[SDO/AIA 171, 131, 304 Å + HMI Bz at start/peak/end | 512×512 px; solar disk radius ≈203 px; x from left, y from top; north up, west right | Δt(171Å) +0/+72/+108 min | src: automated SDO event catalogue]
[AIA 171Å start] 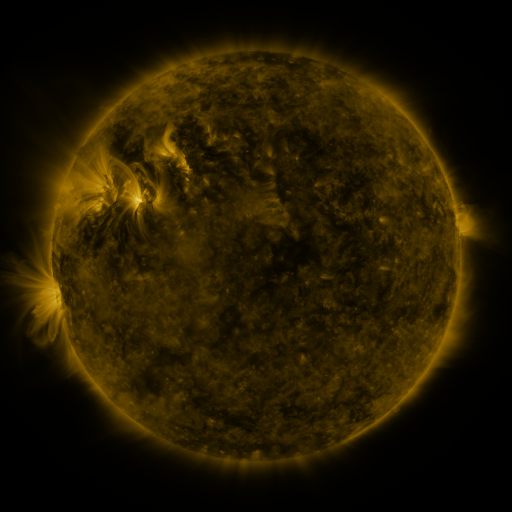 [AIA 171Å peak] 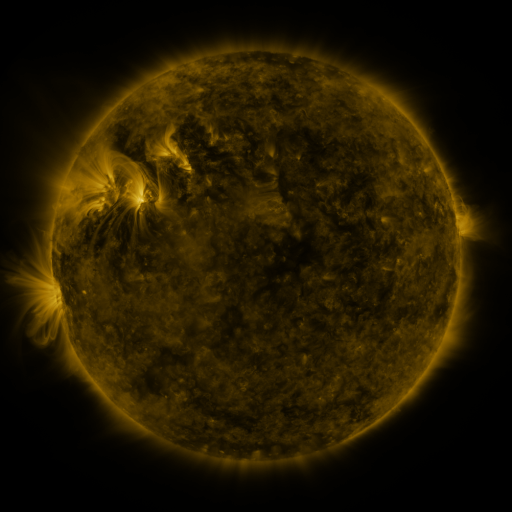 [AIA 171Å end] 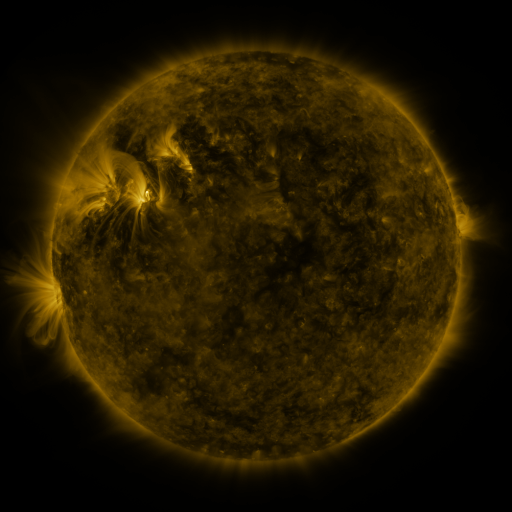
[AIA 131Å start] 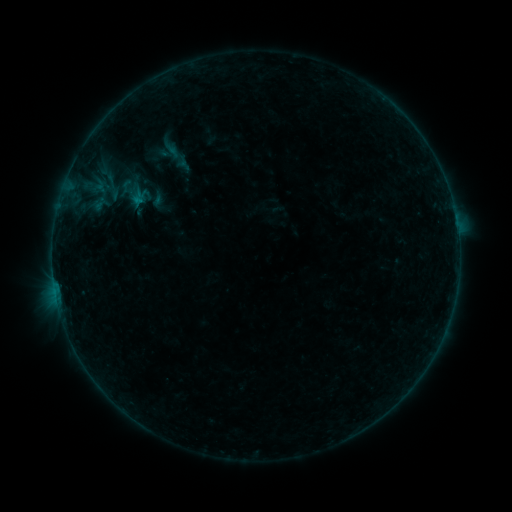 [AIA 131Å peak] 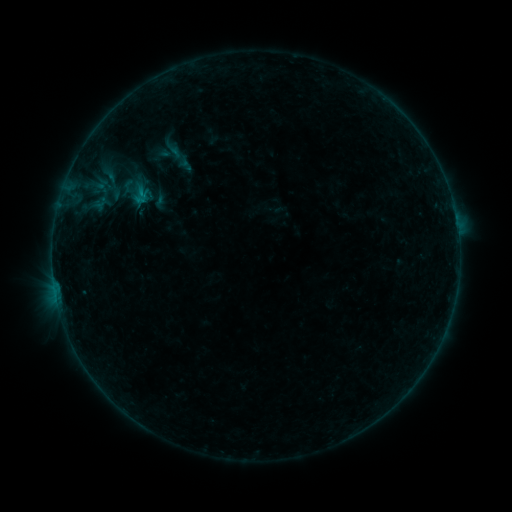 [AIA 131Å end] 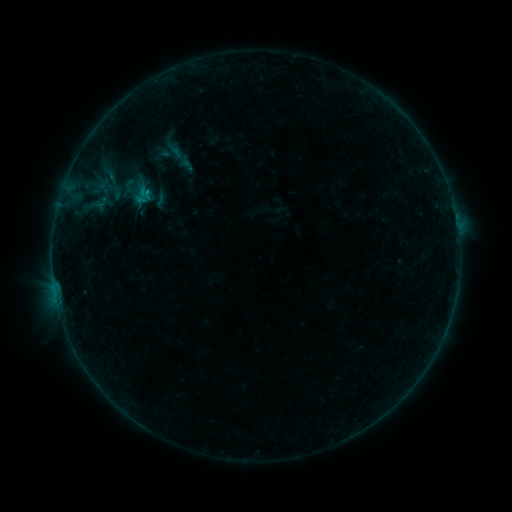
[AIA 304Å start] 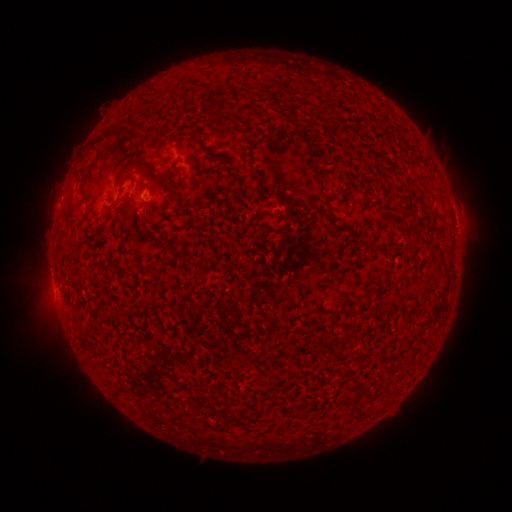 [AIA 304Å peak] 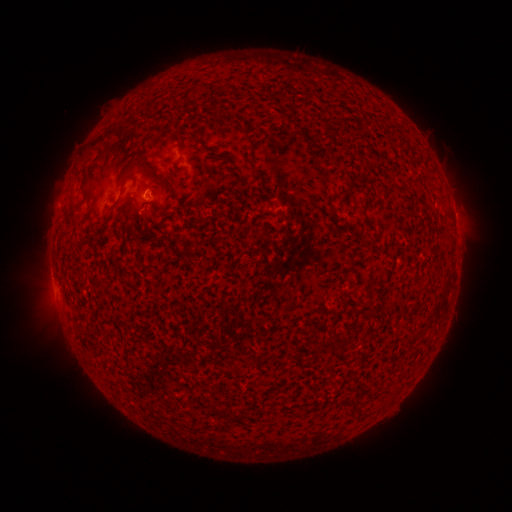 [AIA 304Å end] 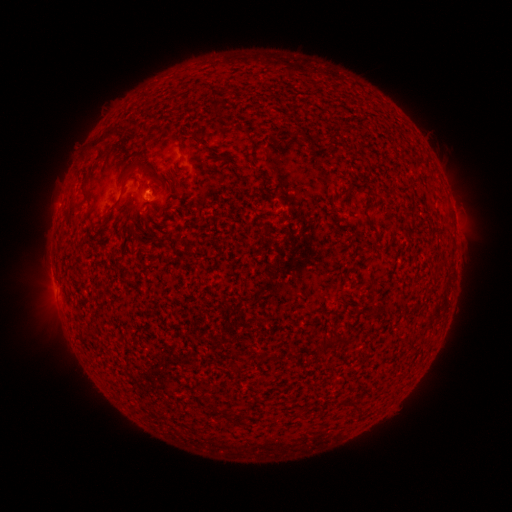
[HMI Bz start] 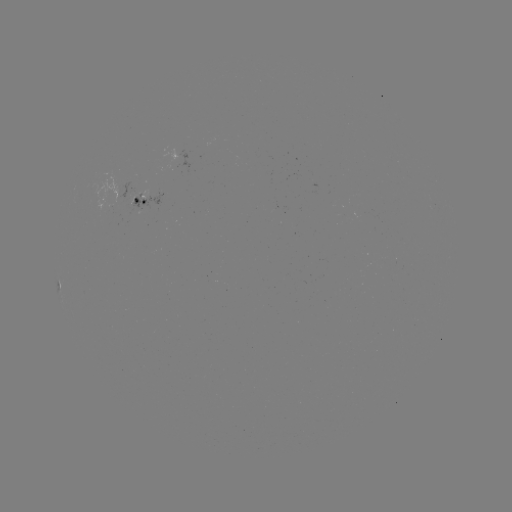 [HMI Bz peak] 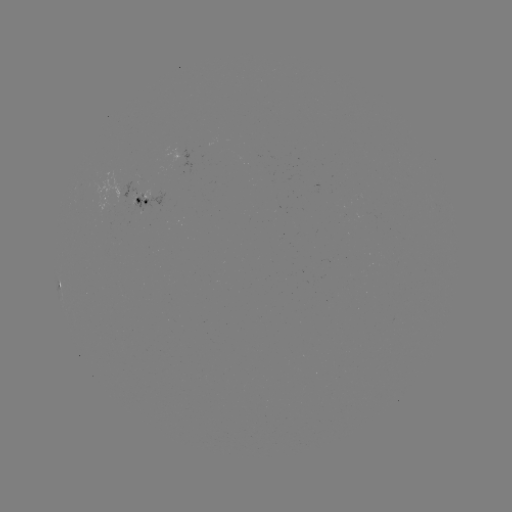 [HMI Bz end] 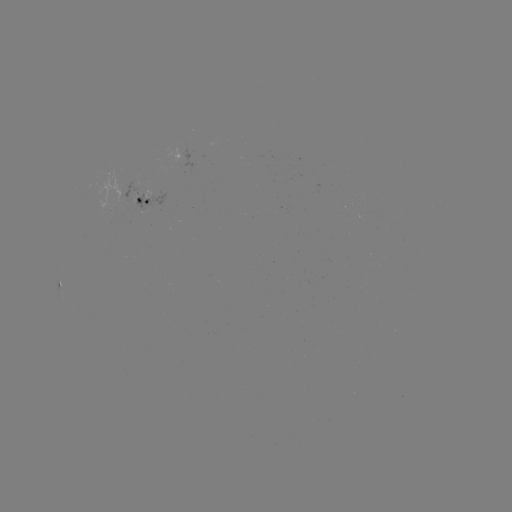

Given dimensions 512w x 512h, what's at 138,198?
emerging-flux region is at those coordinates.